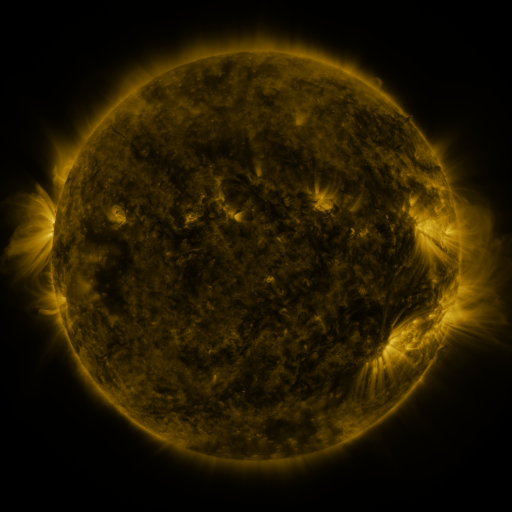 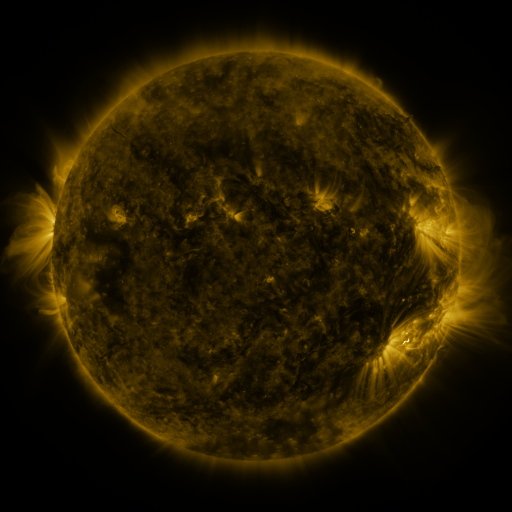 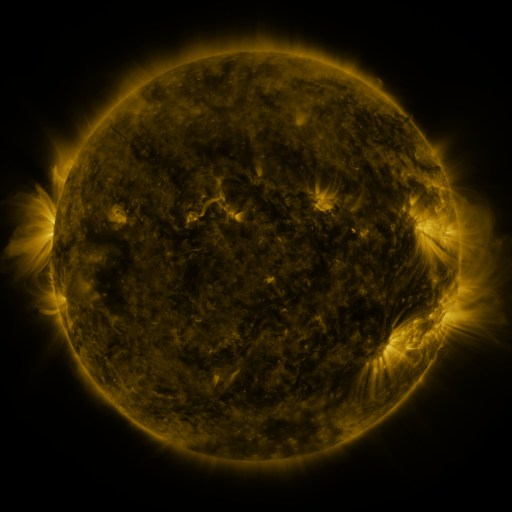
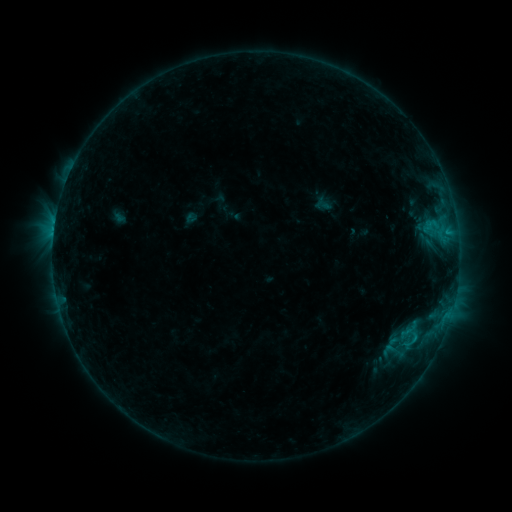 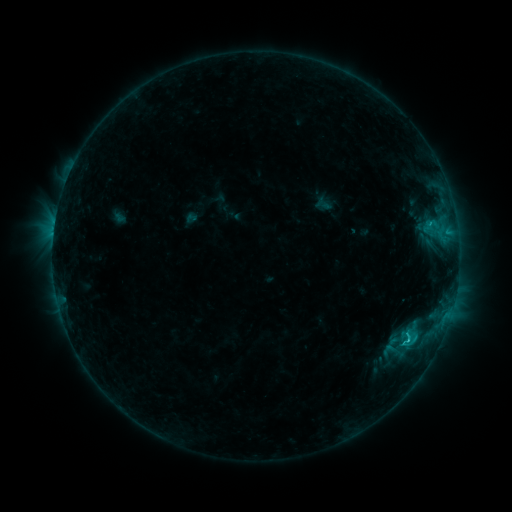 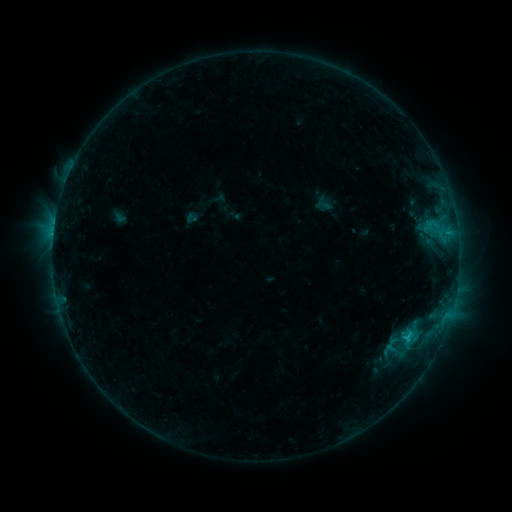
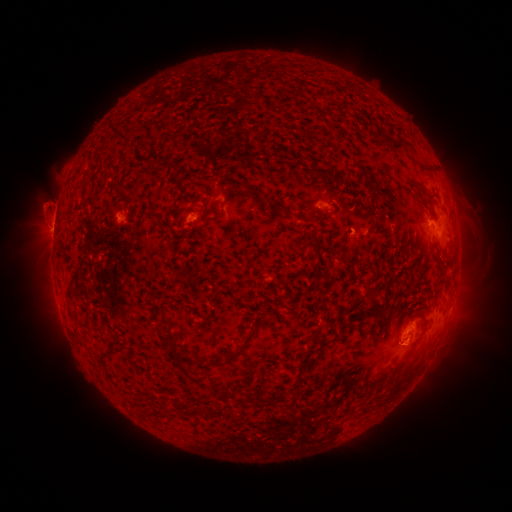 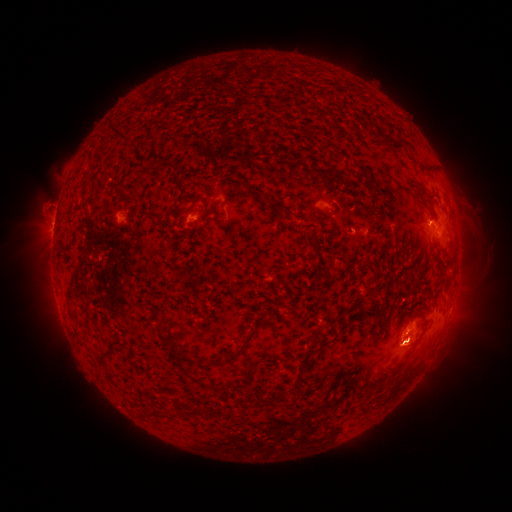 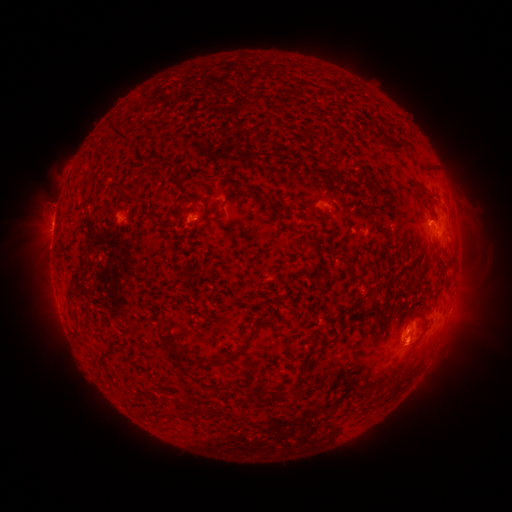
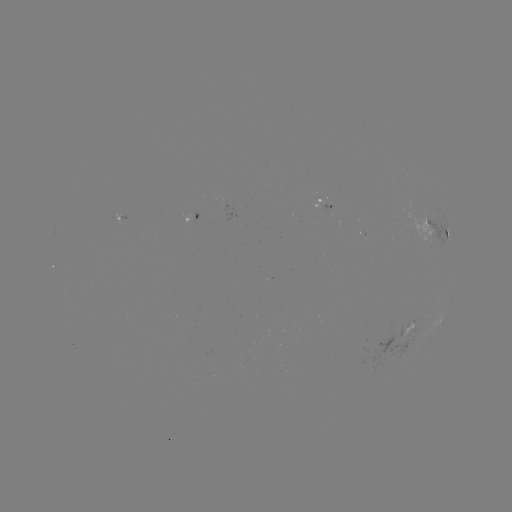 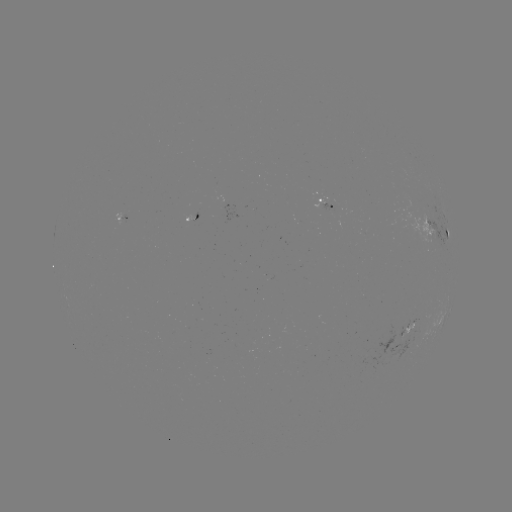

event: flare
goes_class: C1.6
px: (407, 338)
